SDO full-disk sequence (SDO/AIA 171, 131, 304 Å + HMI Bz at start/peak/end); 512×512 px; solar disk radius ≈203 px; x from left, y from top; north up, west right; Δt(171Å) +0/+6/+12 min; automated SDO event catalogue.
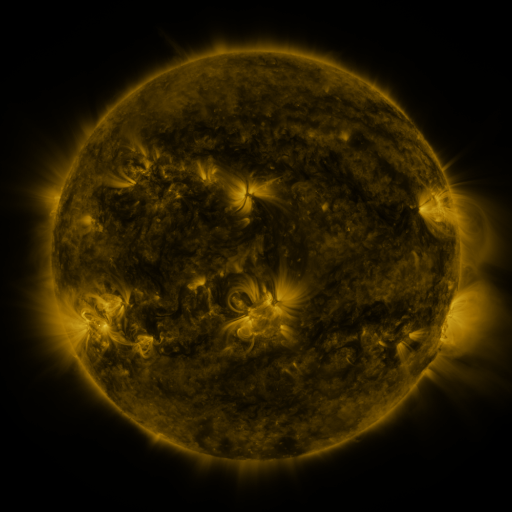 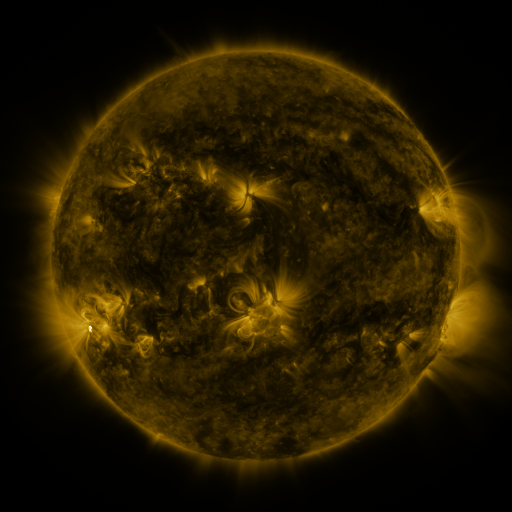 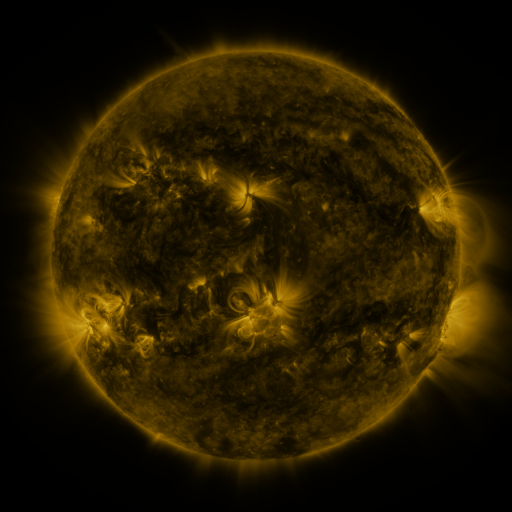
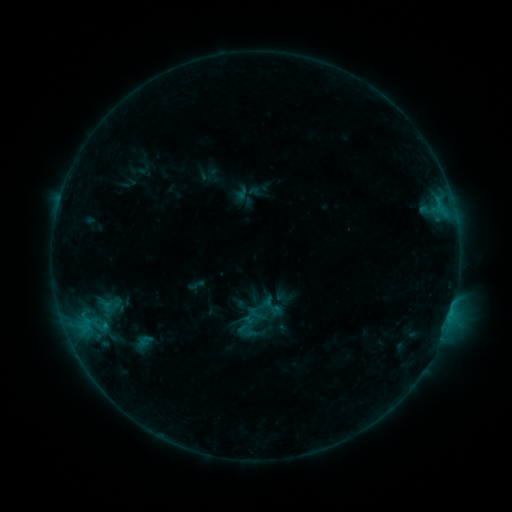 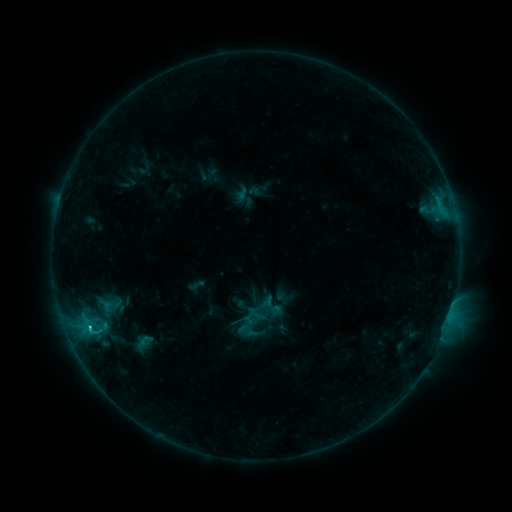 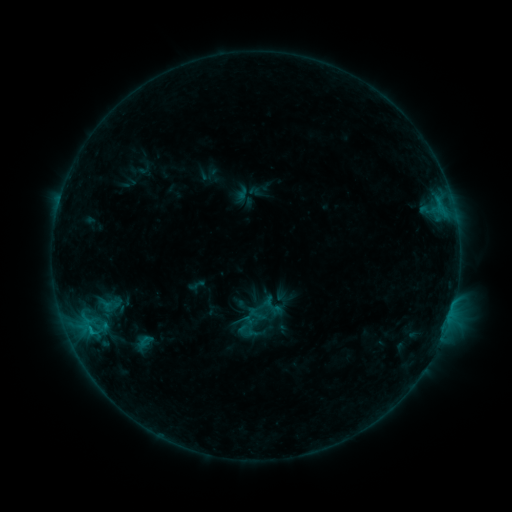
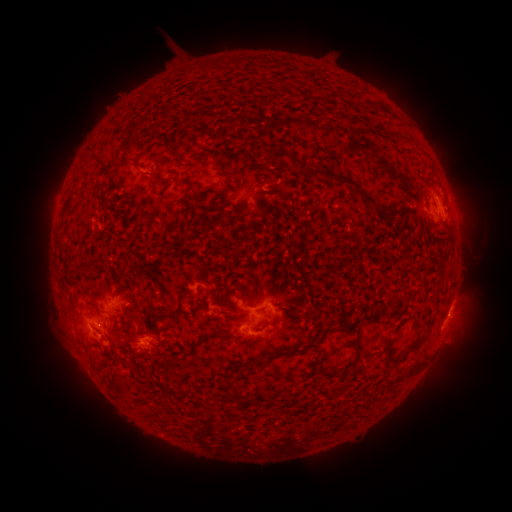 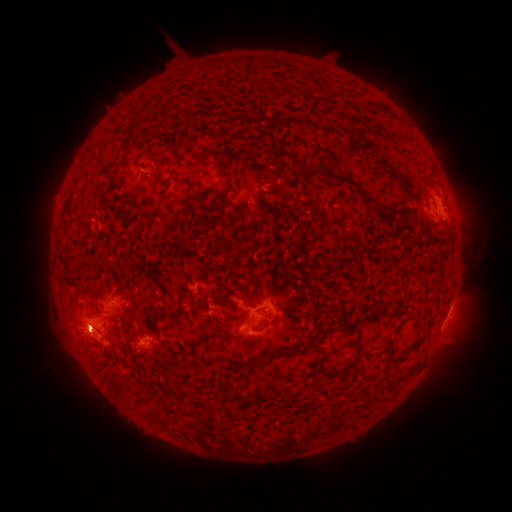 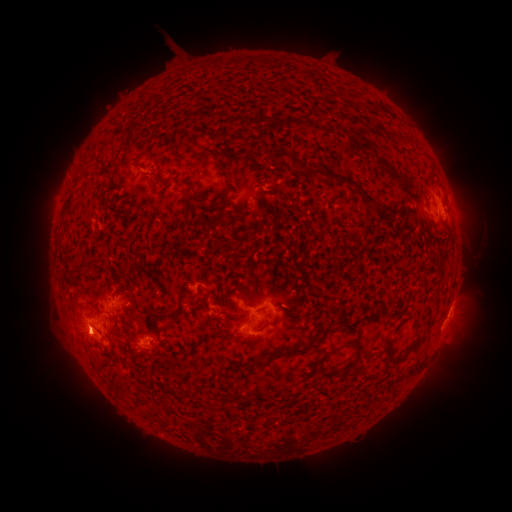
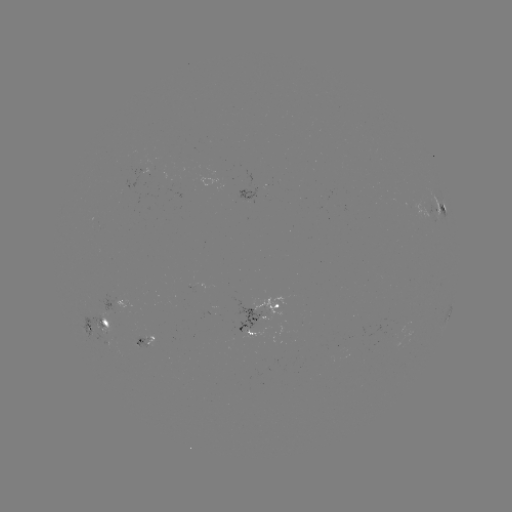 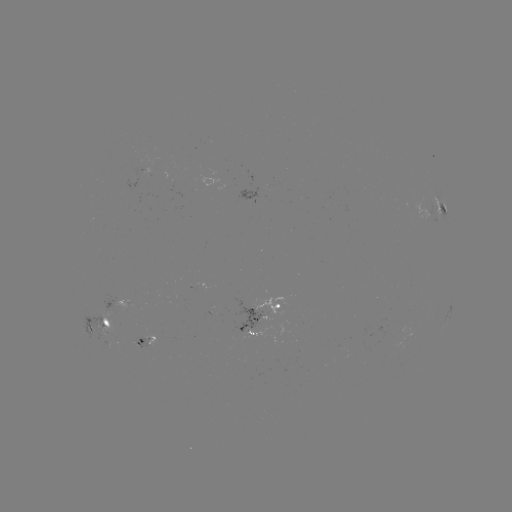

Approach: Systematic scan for B8.9 flare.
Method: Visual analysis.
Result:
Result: B8.9 flare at (89, 325).